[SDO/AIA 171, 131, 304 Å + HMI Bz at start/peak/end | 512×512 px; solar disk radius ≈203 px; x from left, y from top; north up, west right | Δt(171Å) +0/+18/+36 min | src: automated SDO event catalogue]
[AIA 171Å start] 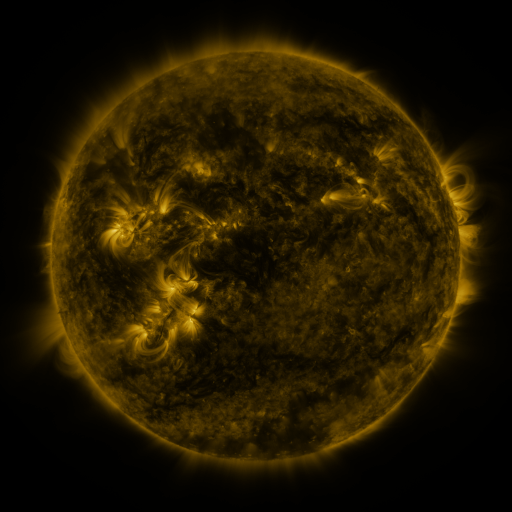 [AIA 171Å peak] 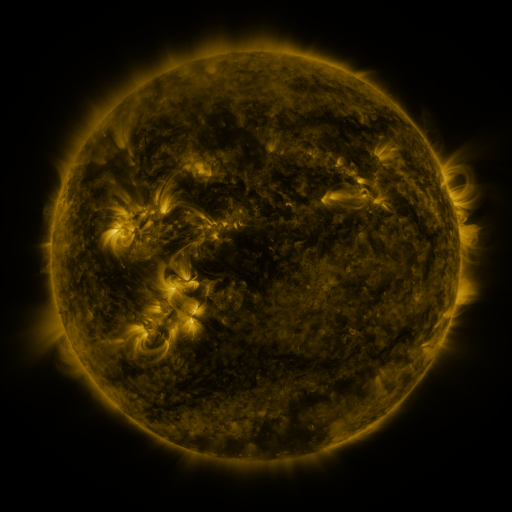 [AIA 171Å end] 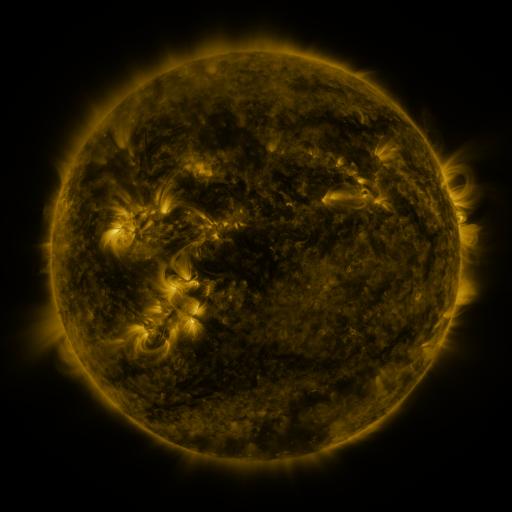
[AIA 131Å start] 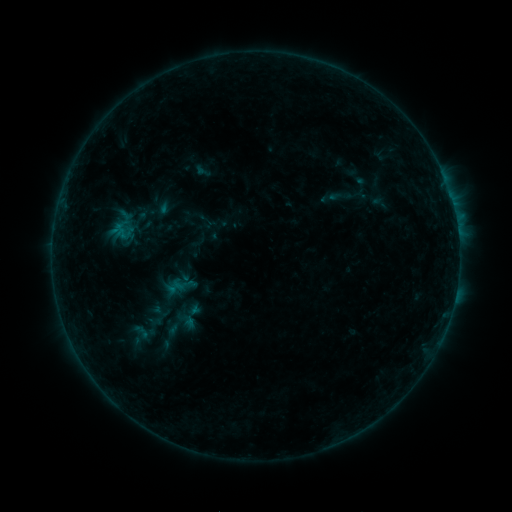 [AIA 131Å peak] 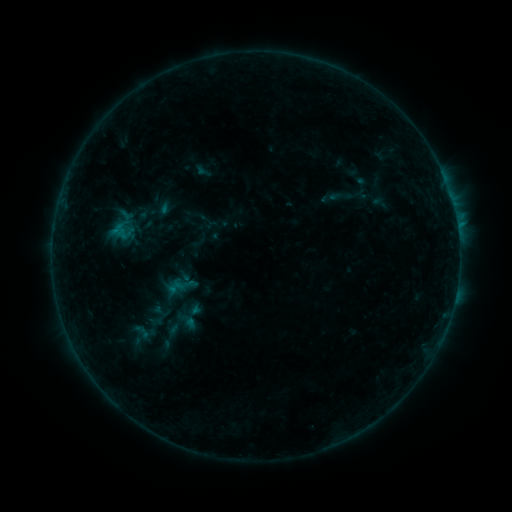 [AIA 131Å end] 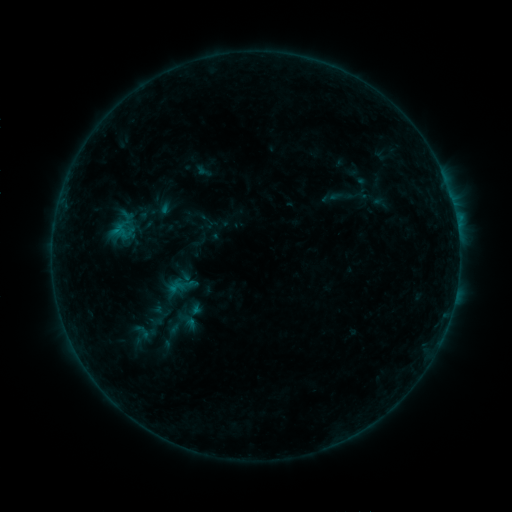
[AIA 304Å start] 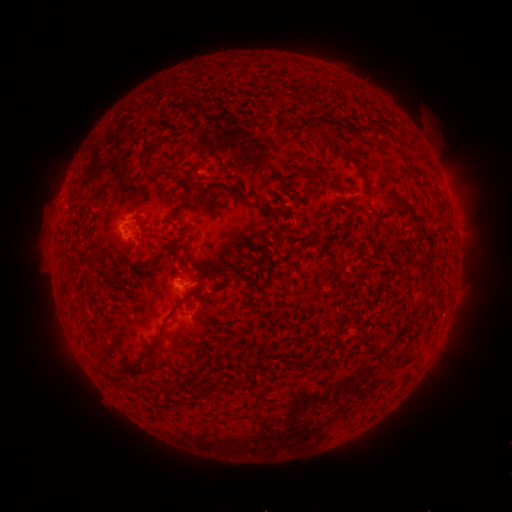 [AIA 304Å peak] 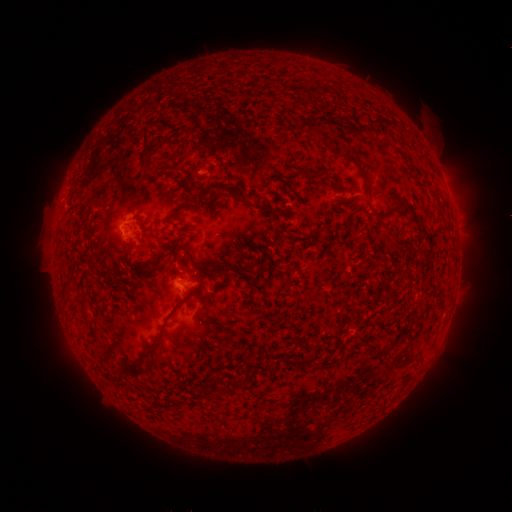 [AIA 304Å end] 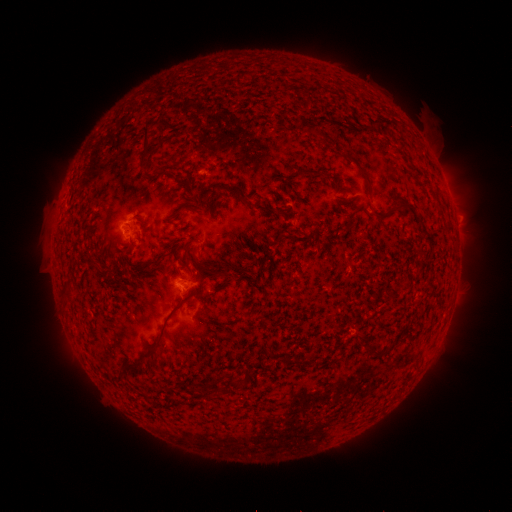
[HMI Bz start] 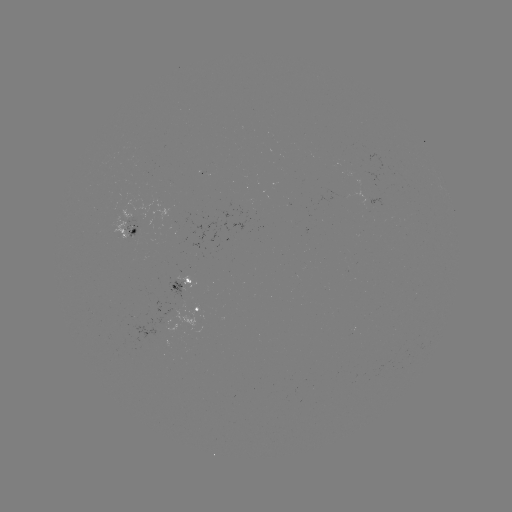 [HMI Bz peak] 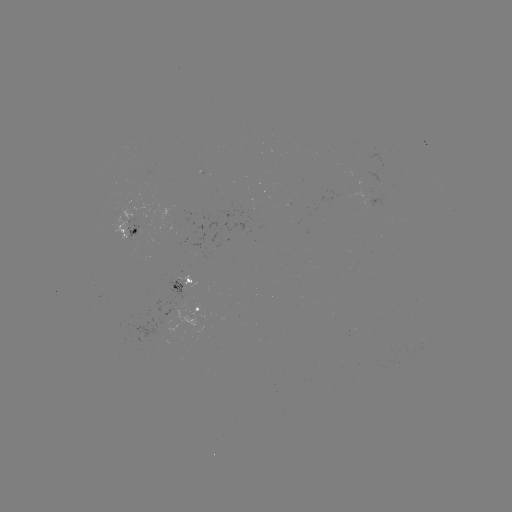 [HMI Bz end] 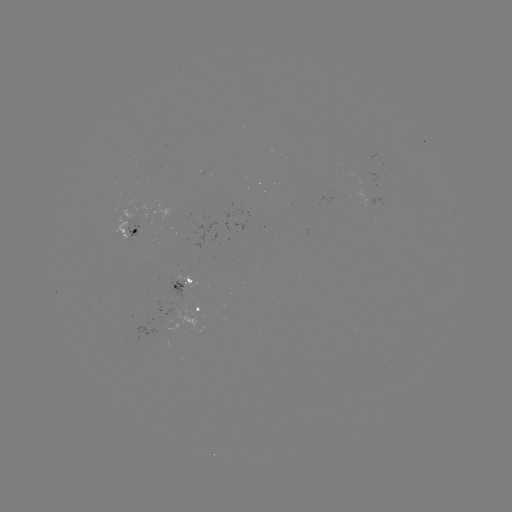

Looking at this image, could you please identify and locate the B3.8 flare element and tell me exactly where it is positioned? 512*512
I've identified B3.8 flare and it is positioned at (299, 298).